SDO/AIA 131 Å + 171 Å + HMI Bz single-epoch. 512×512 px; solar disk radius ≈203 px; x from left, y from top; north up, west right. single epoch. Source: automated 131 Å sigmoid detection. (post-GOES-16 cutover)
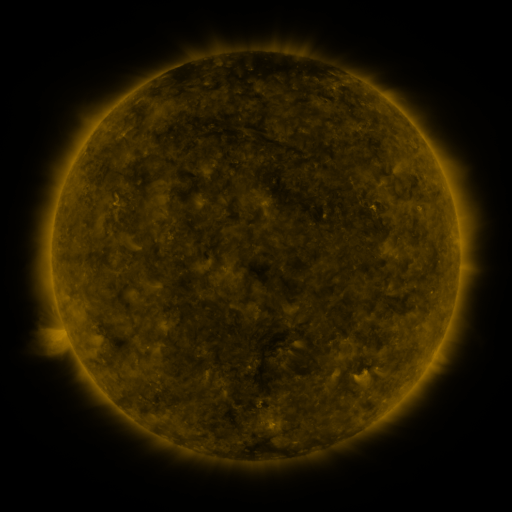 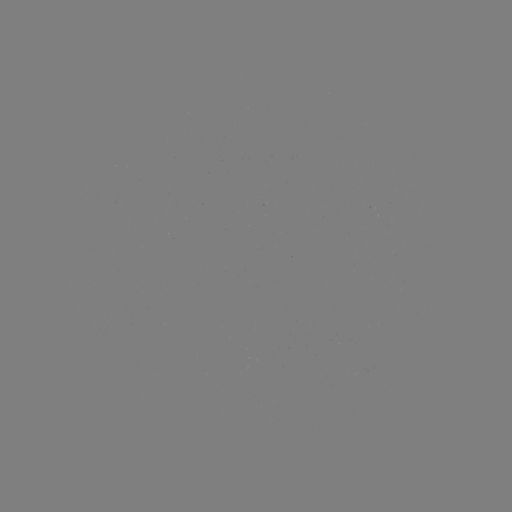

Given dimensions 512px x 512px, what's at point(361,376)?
sigmoid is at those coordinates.